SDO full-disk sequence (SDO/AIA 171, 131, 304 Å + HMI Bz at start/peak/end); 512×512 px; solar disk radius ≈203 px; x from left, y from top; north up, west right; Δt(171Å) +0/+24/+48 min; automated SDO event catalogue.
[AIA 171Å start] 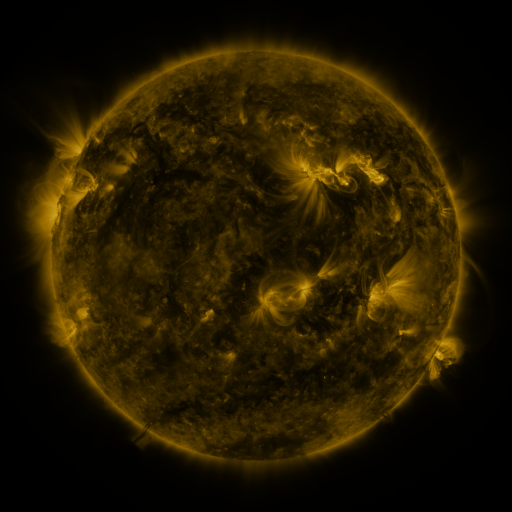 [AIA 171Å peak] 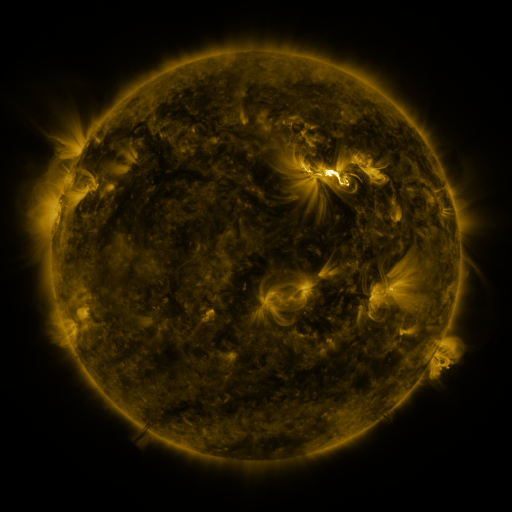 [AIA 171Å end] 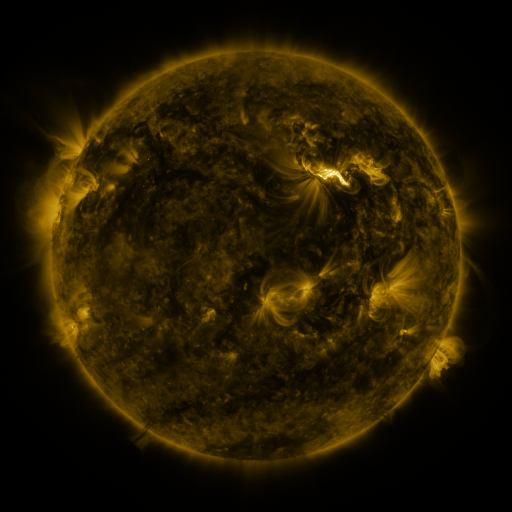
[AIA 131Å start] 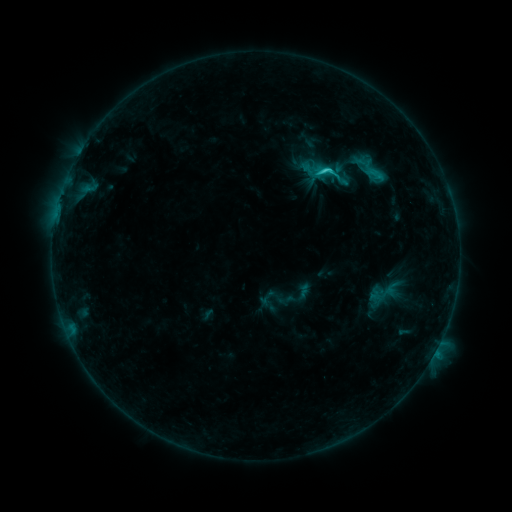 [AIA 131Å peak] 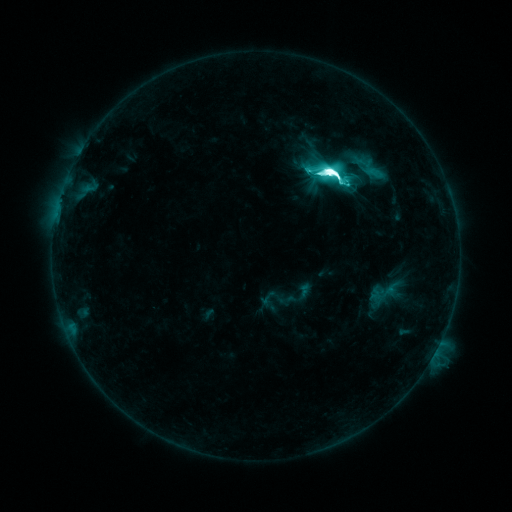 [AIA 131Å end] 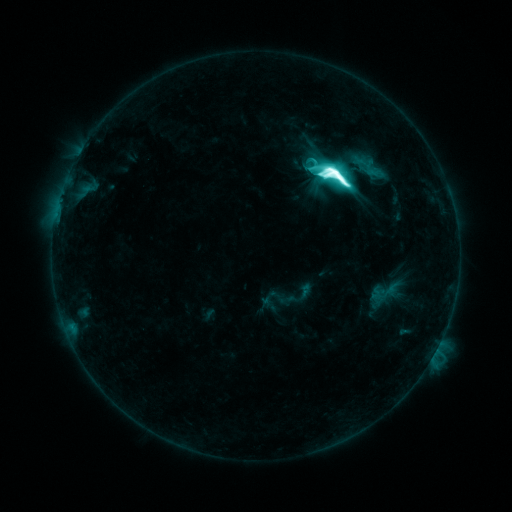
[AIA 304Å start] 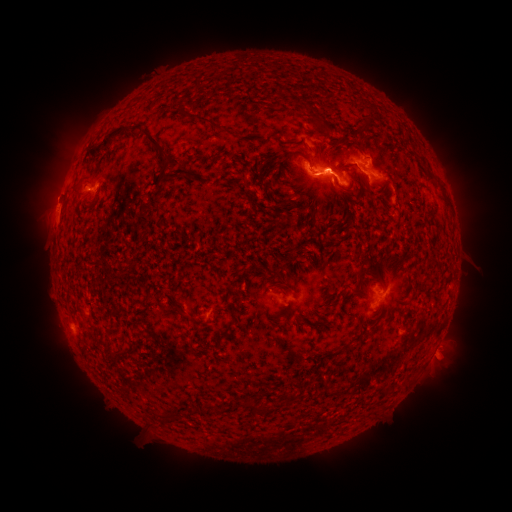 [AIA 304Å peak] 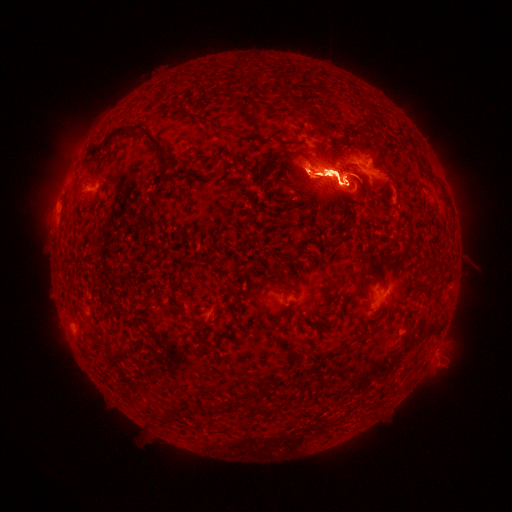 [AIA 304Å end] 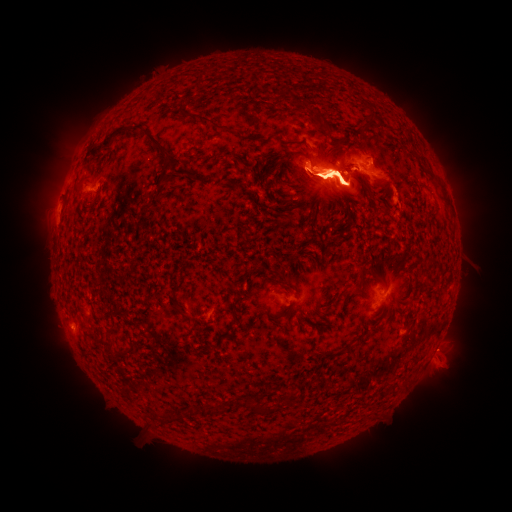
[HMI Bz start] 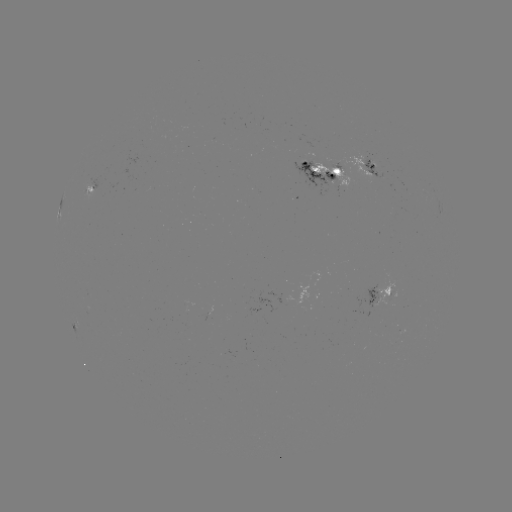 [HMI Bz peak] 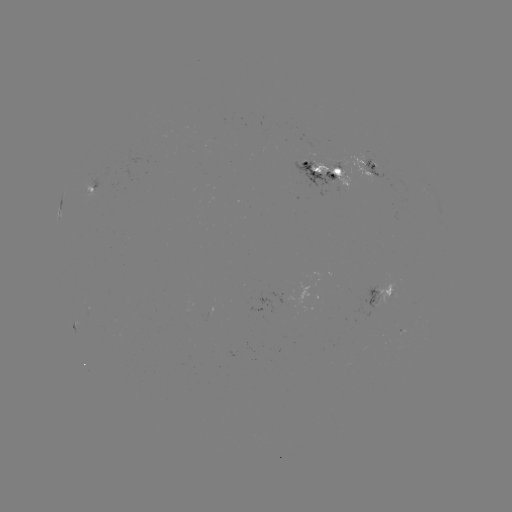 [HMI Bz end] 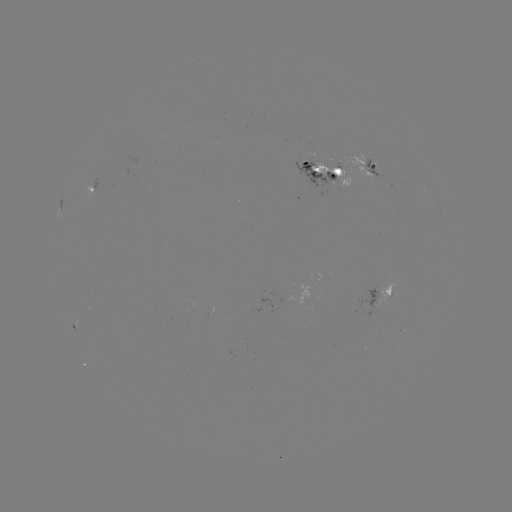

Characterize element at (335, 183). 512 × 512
eruption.